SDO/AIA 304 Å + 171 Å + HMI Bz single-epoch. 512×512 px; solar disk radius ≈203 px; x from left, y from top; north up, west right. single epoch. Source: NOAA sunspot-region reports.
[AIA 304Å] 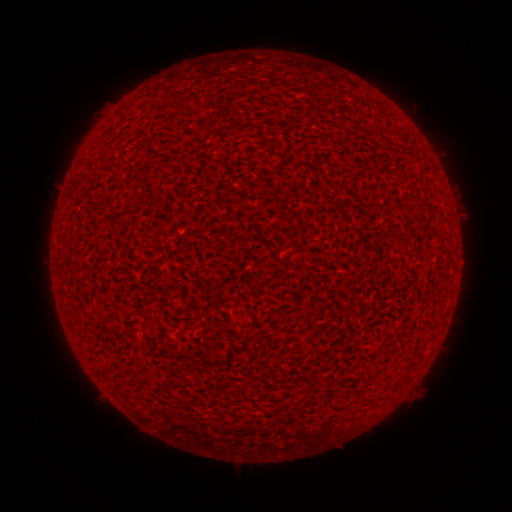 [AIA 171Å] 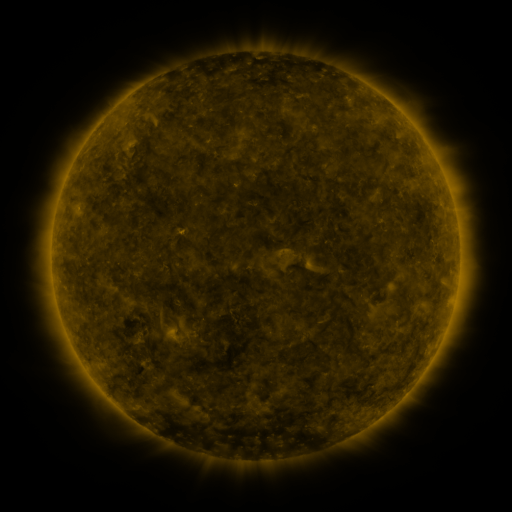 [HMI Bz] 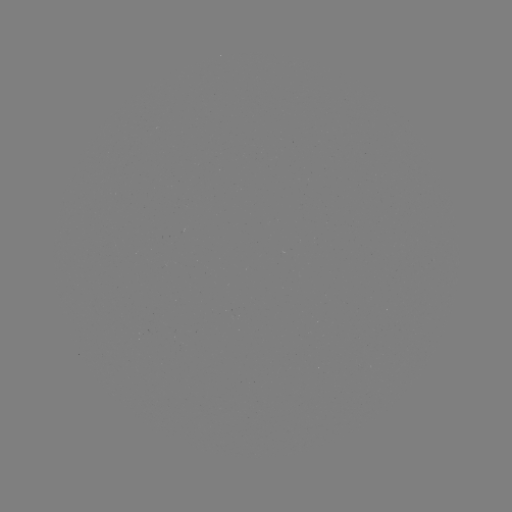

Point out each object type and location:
(none)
